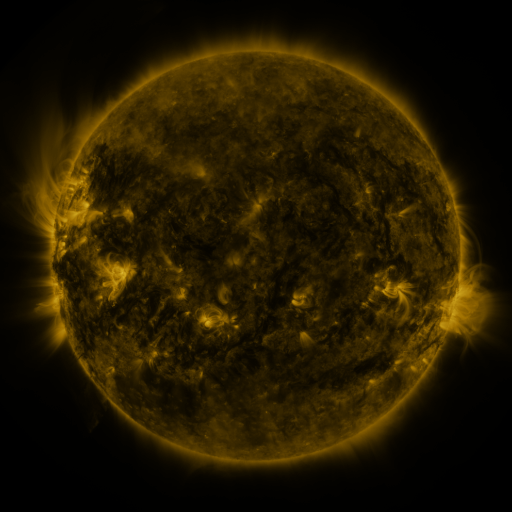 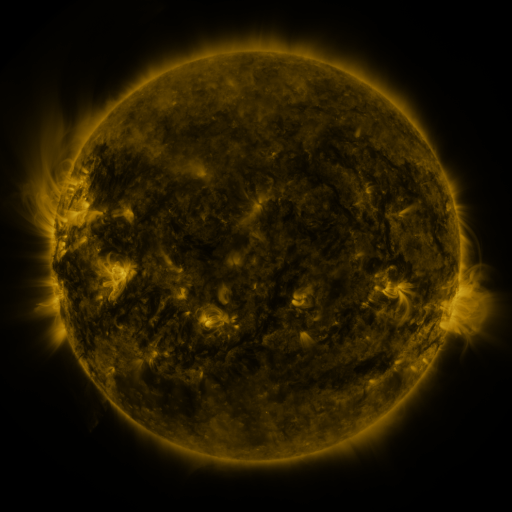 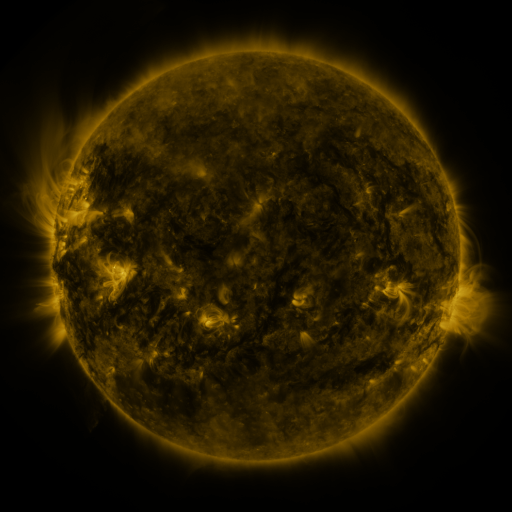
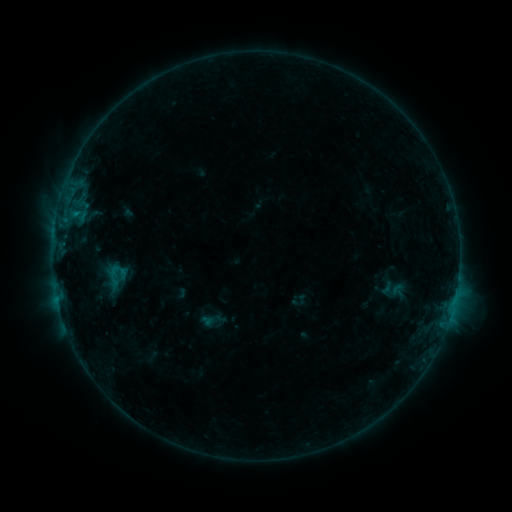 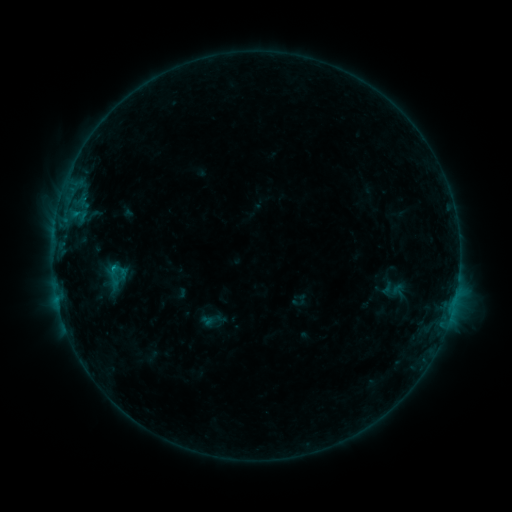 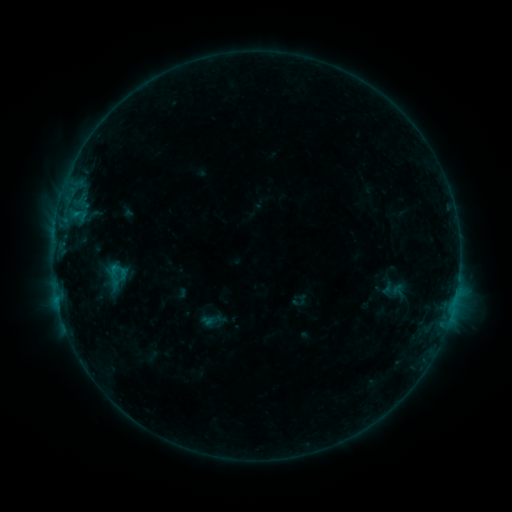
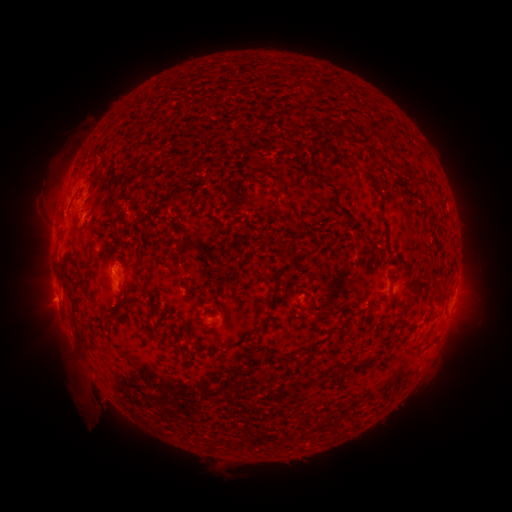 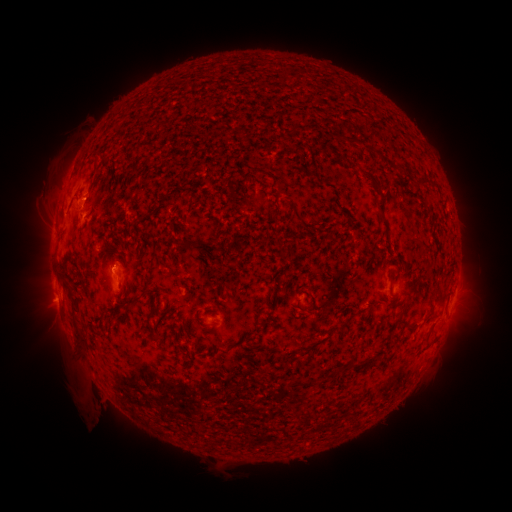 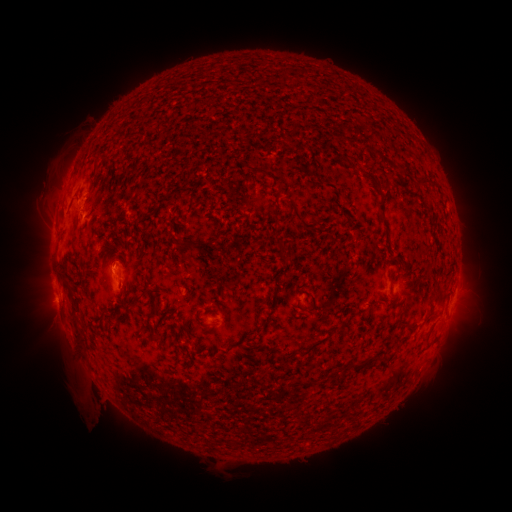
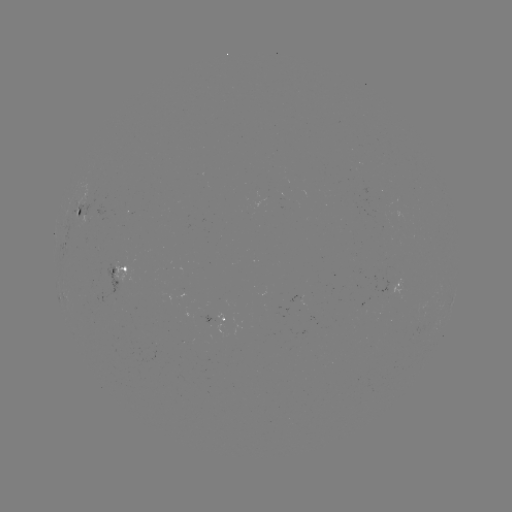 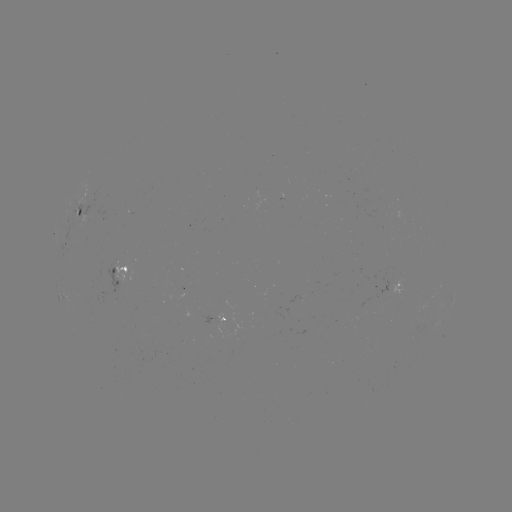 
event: flare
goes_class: B3.9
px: (114, 265)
